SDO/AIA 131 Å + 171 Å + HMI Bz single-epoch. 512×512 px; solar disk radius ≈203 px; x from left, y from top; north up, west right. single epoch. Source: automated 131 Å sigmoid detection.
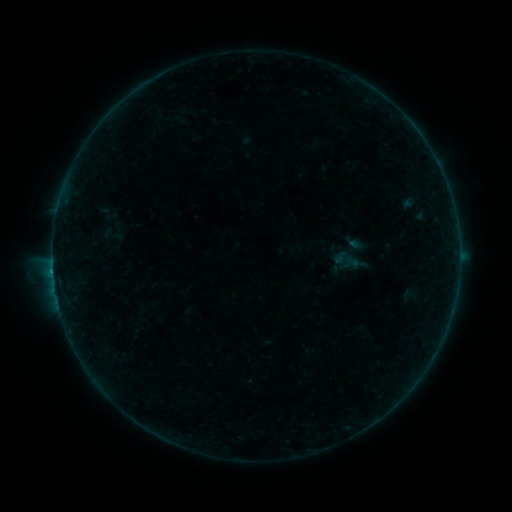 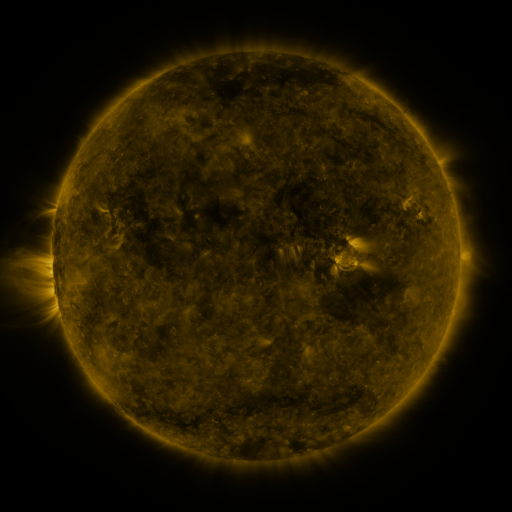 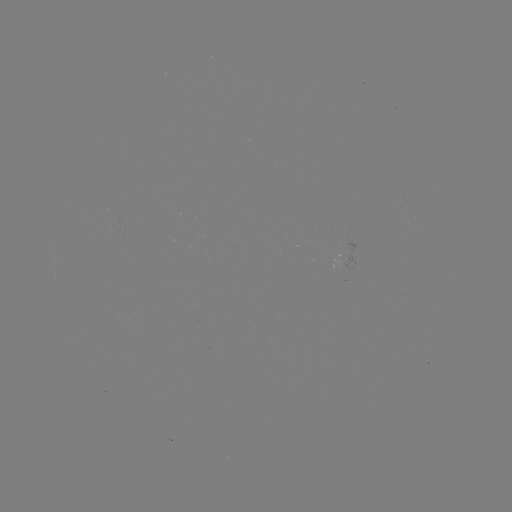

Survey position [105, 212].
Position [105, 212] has sigmoid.